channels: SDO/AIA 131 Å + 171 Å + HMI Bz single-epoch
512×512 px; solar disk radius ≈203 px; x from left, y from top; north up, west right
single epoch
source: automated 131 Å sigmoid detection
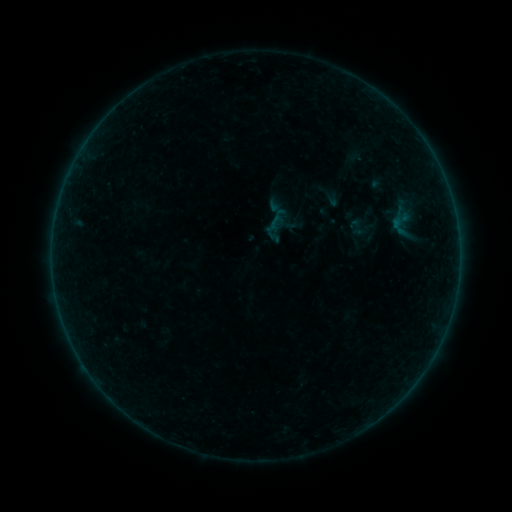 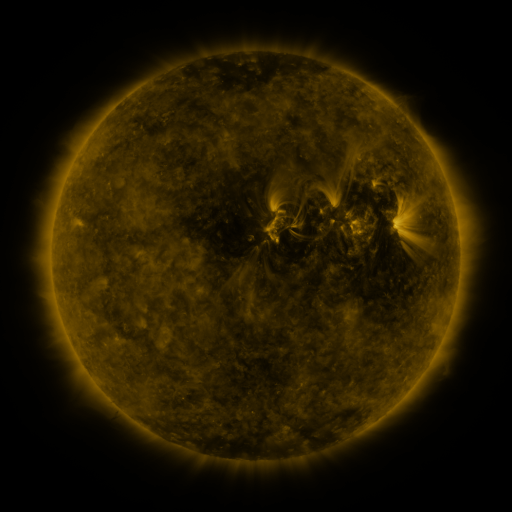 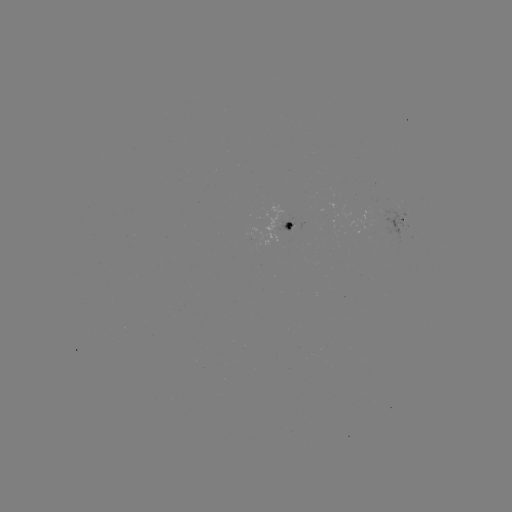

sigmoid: (380, 201, 421, 239)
